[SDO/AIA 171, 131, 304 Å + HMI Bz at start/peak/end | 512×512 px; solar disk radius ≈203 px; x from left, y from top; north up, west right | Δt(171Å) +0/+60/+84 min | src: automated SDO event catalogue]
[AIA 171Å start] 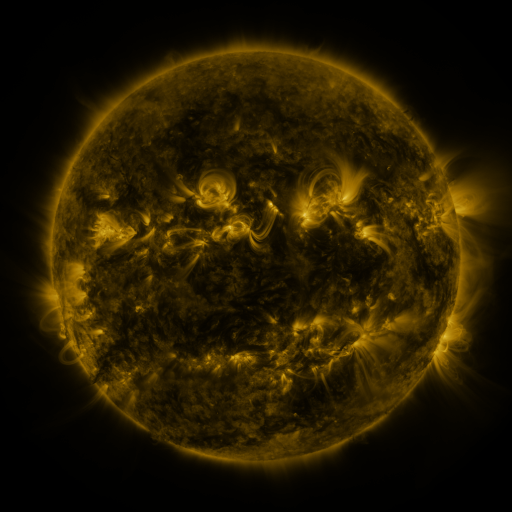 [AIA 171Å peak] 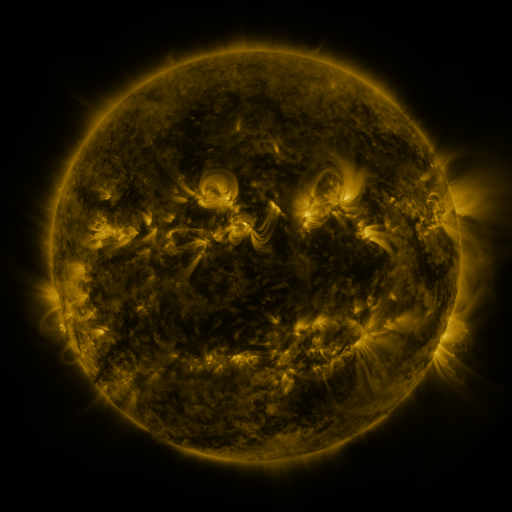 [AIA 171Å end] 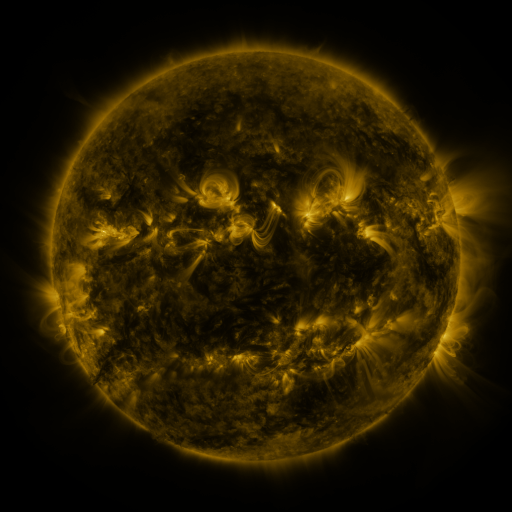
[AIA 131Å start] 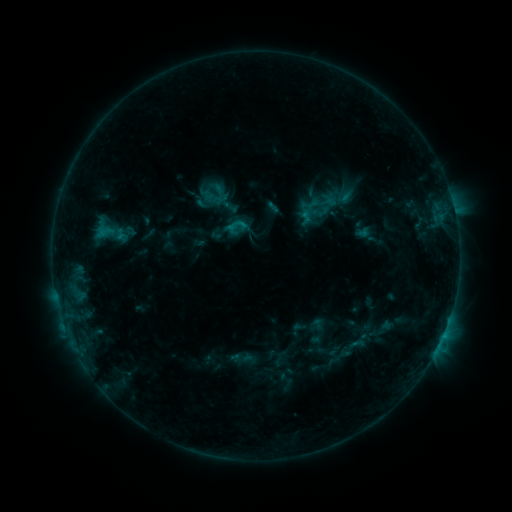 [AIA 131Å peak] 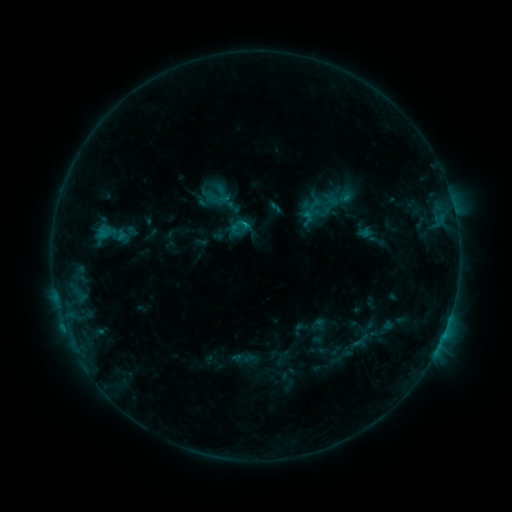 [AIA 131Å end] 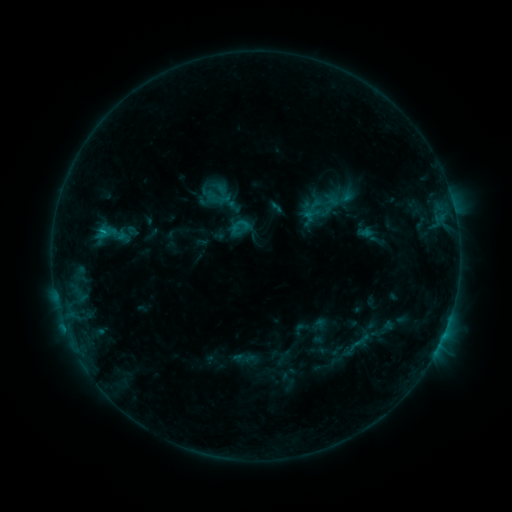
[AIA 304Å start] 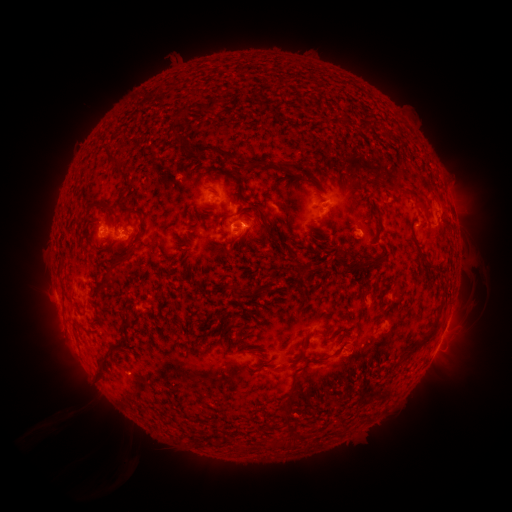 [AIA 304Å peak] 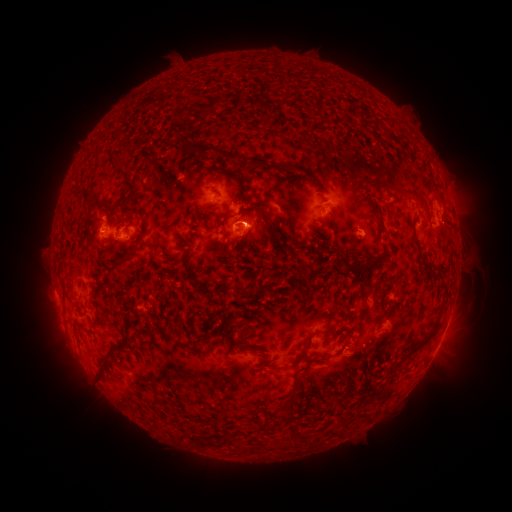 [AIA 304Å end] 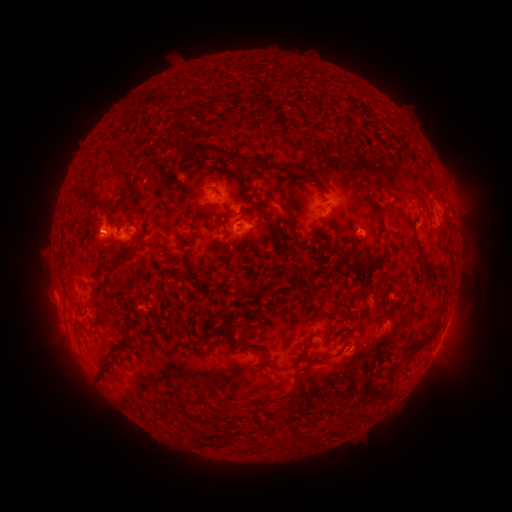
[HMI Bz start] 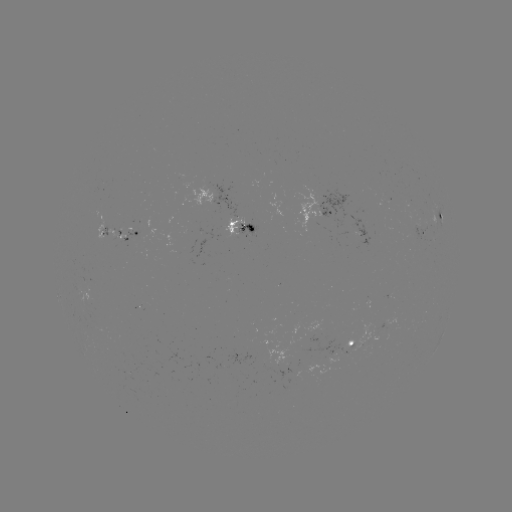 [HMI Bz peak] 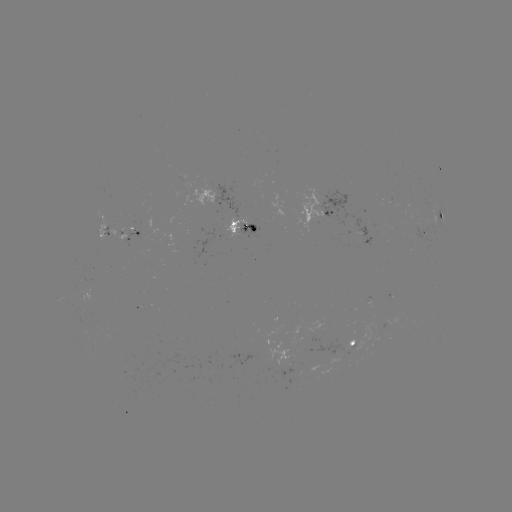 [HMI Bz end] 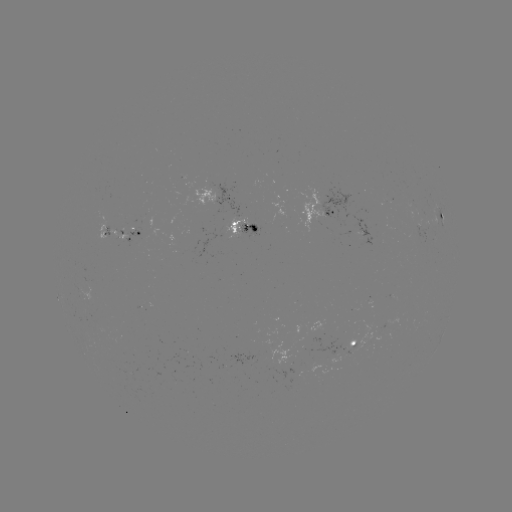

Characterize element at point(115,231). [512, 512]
emerging-flux region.